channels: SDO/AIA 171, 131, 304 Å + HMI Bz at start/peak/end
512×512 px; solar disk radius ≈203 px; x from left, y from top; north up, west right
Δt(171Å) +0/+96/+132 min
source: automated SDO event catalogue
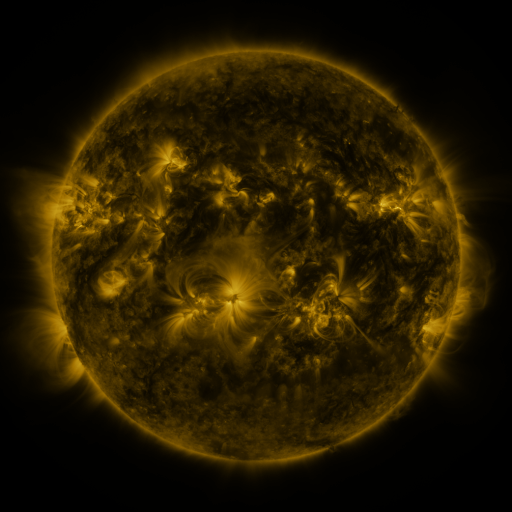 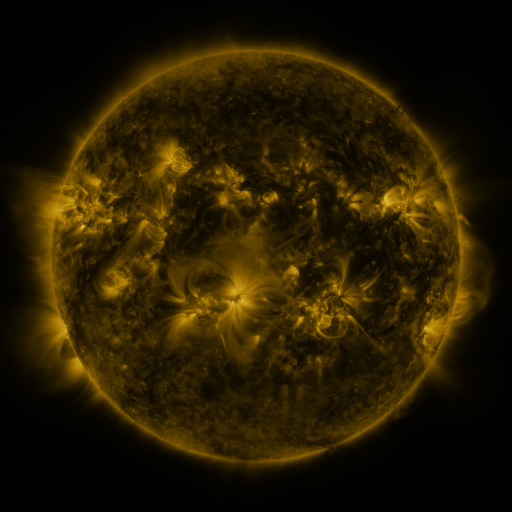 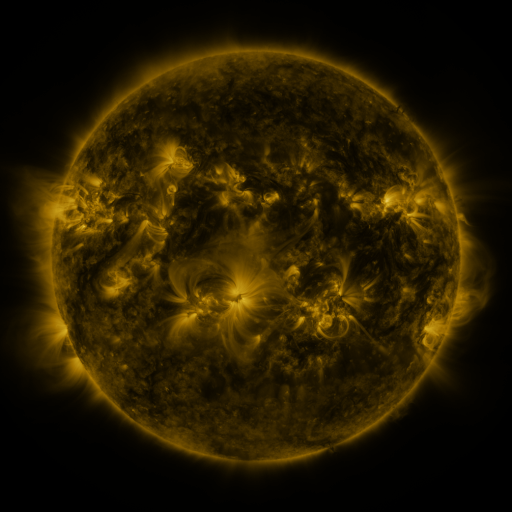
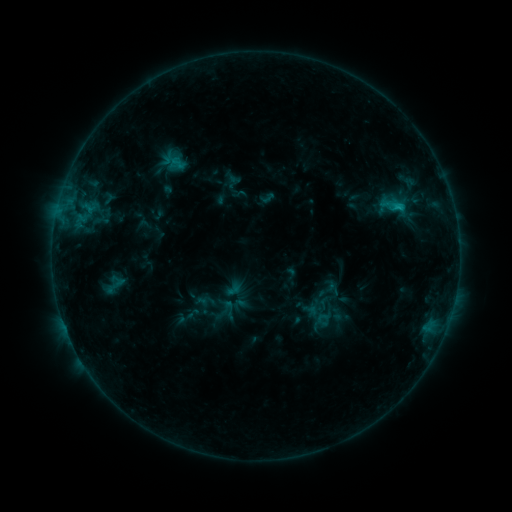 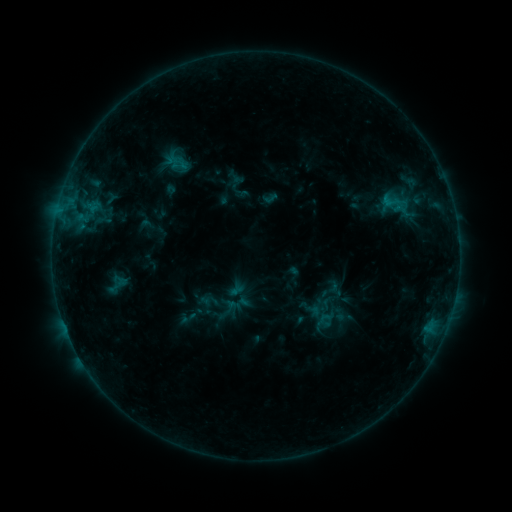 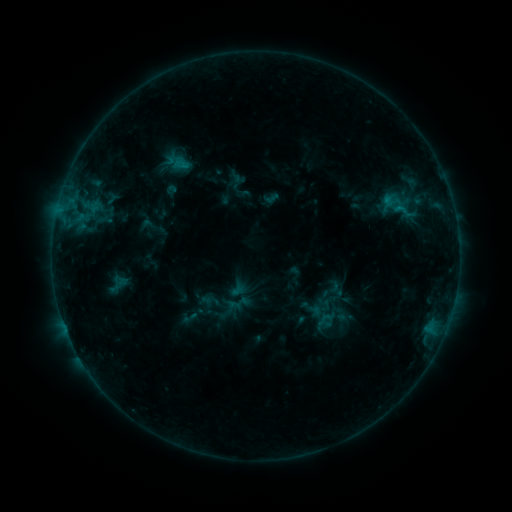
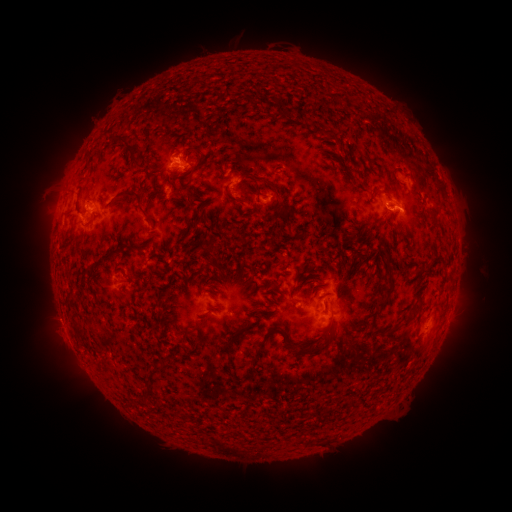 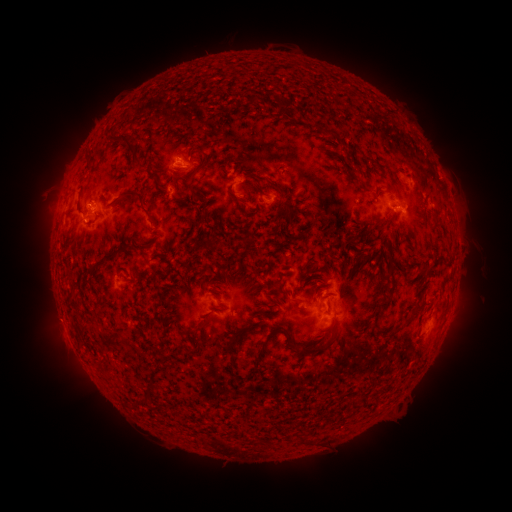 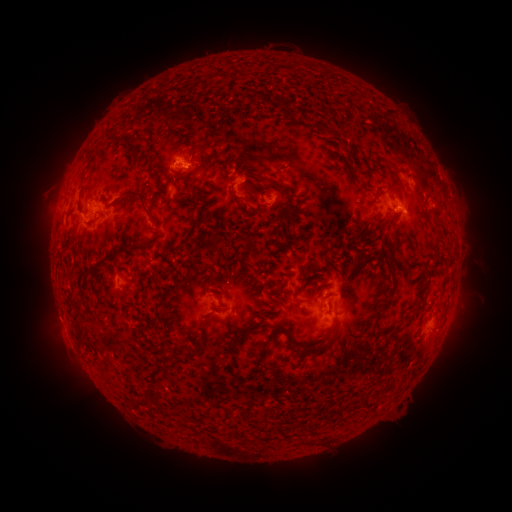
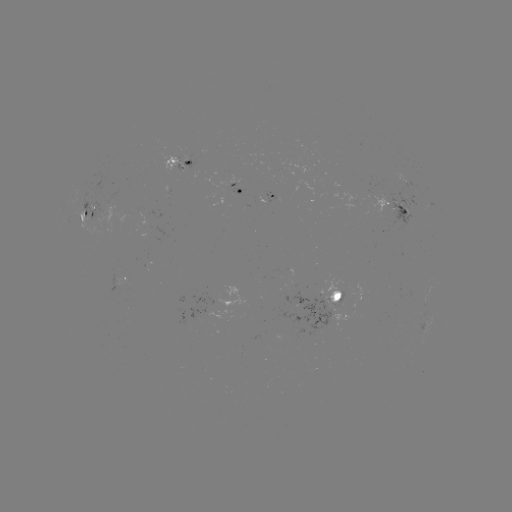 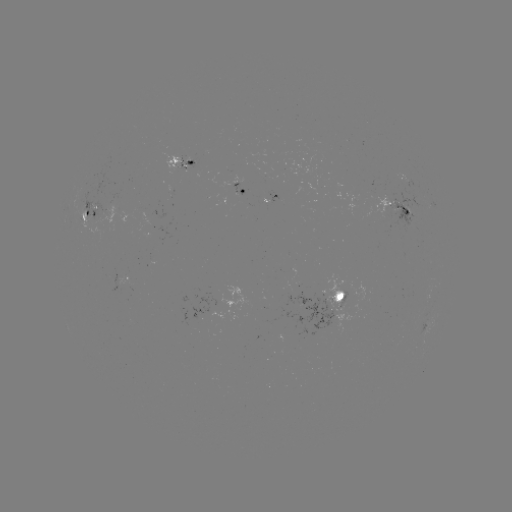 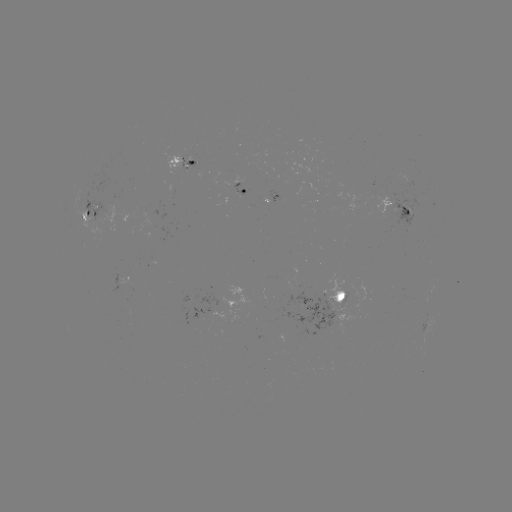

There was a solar emerging-flux region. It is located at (92, 220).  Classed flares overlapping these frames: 1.